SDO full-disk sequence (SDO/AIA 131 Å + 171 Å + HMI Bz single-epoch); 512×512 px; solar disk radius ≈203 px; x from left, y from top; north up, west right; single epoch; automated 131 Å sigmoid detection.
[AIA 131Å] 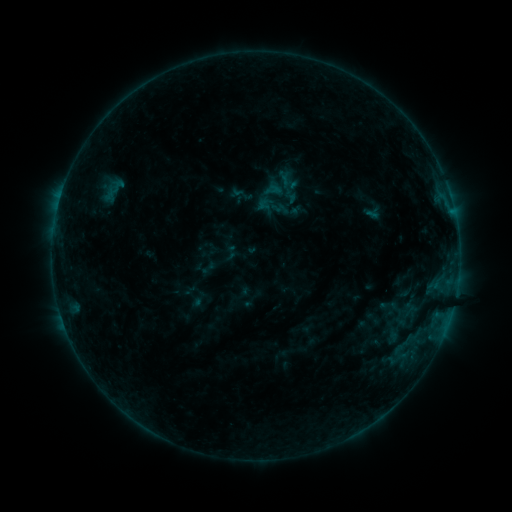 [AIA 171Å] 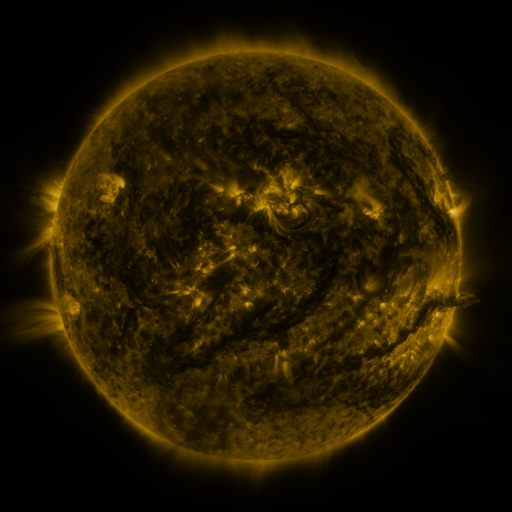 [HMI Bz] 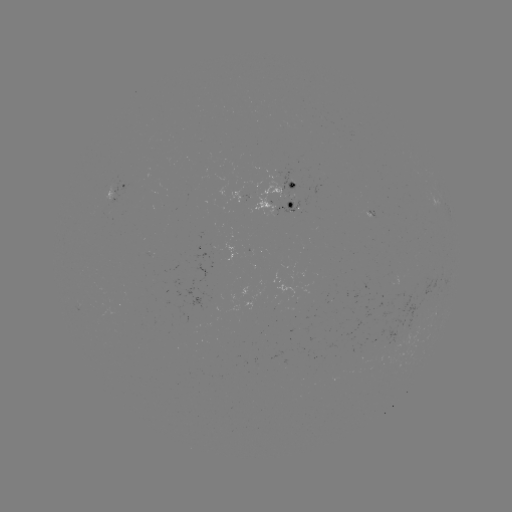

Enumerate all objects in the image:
sigmoid: (243, 195)
sigmoid: (271, 205)
sigmoid: (231, 252)
